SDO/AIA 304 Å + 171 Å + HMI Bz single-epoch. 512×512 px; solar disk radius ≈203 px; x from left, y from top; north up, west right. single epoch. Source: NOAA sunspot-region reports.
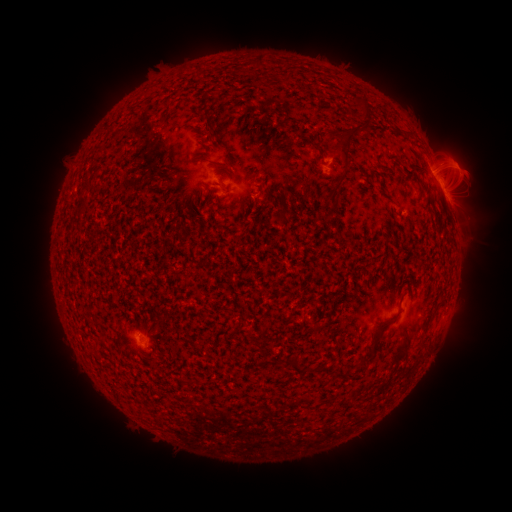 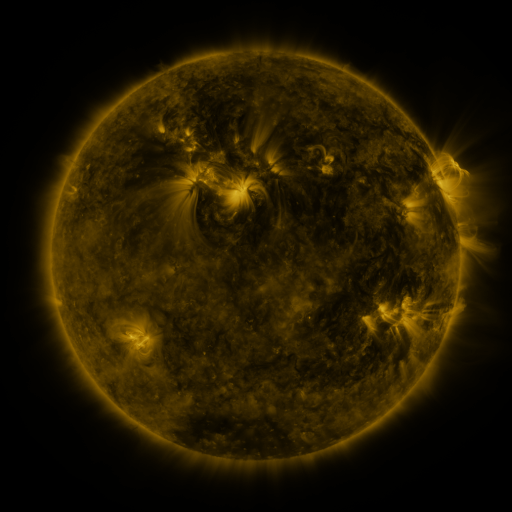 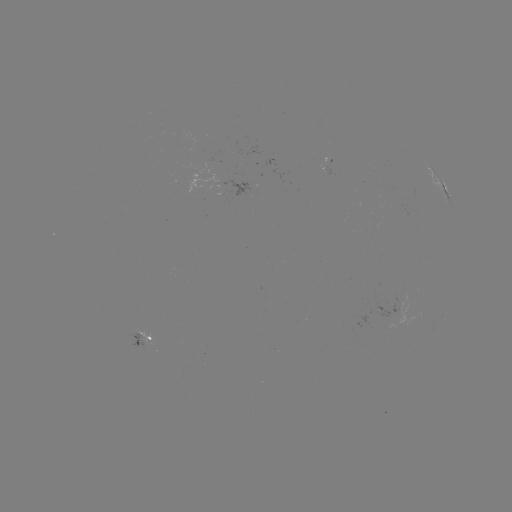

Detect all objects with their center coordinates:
spotted active region: (443, 190)
spotted active region: (249, 192)
spotted active region: (142, 333)
